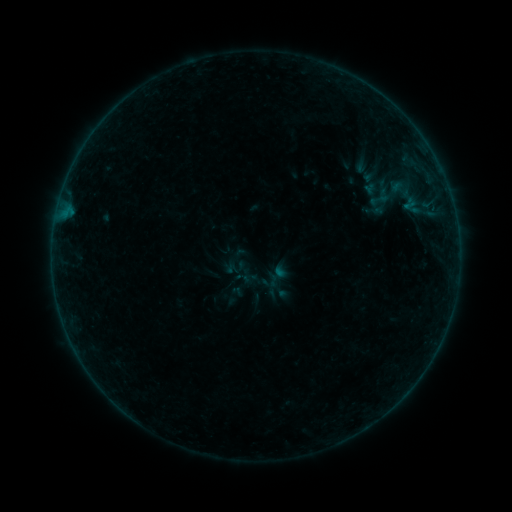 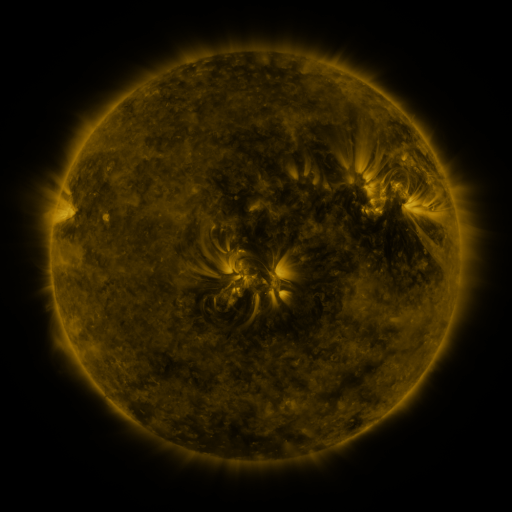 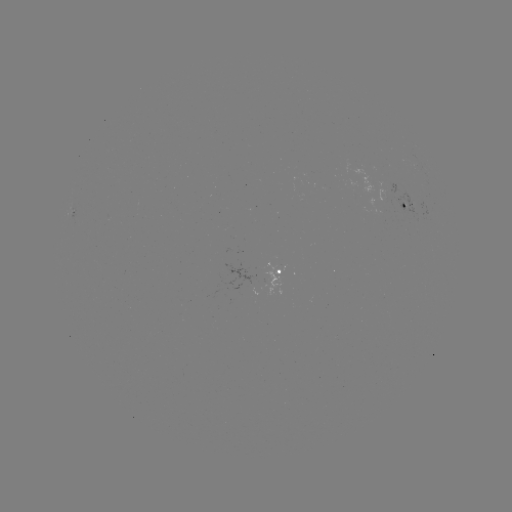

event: sigmoid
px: (379, 200)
